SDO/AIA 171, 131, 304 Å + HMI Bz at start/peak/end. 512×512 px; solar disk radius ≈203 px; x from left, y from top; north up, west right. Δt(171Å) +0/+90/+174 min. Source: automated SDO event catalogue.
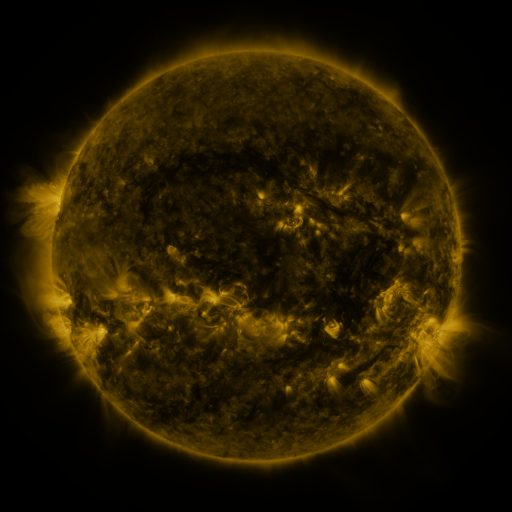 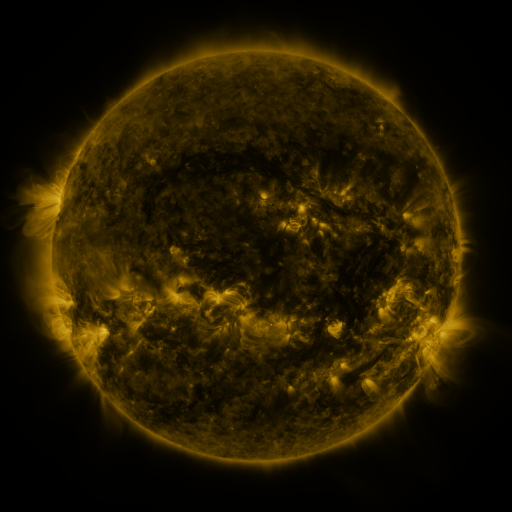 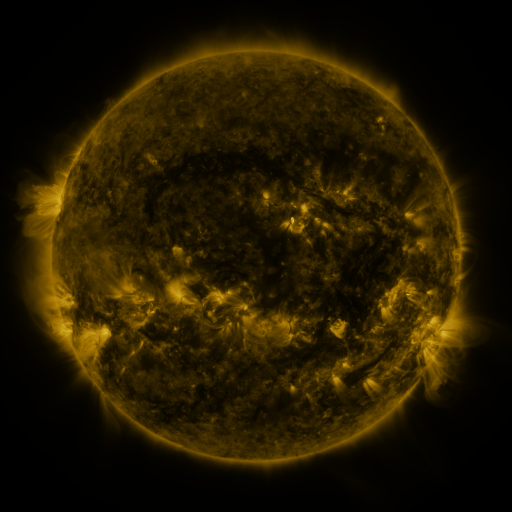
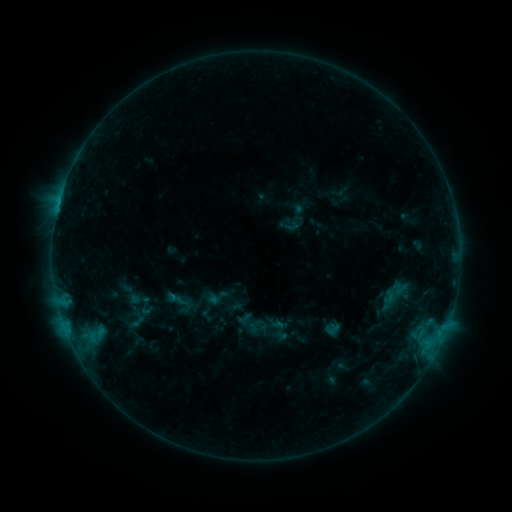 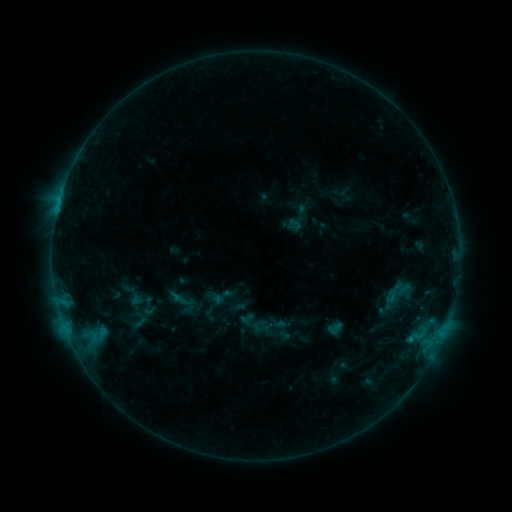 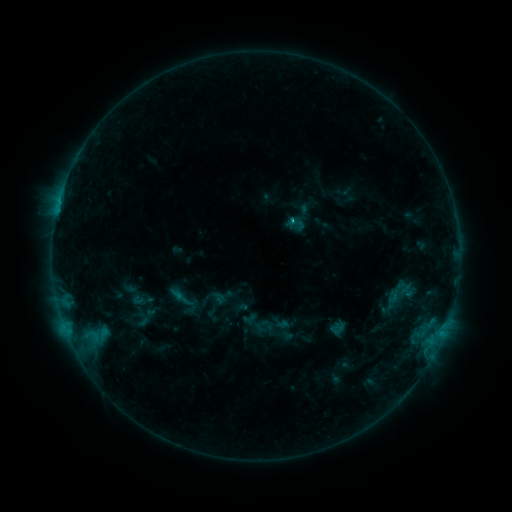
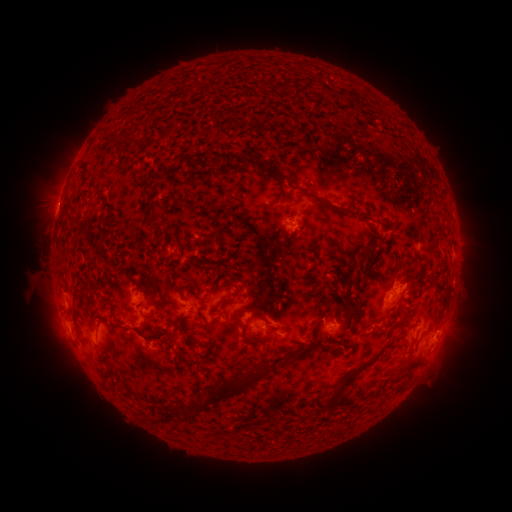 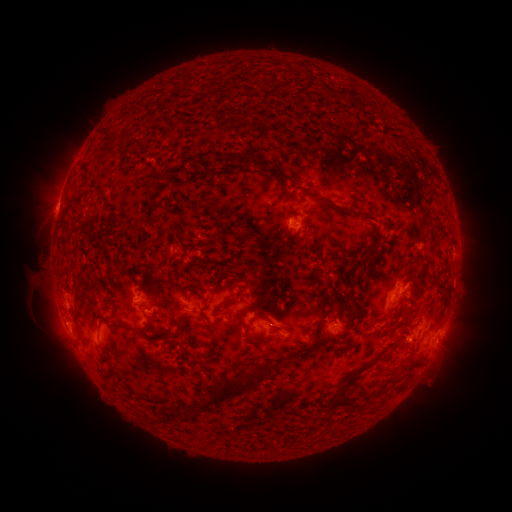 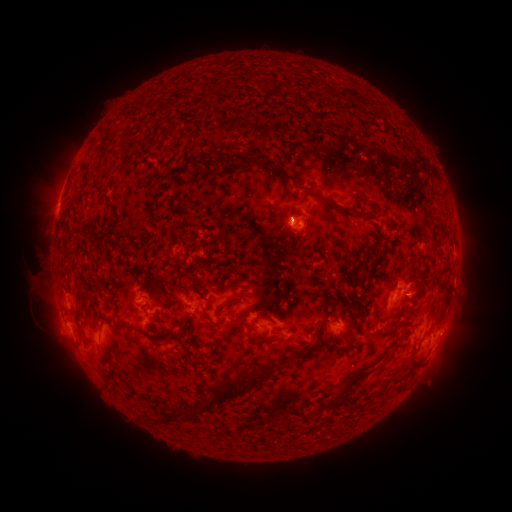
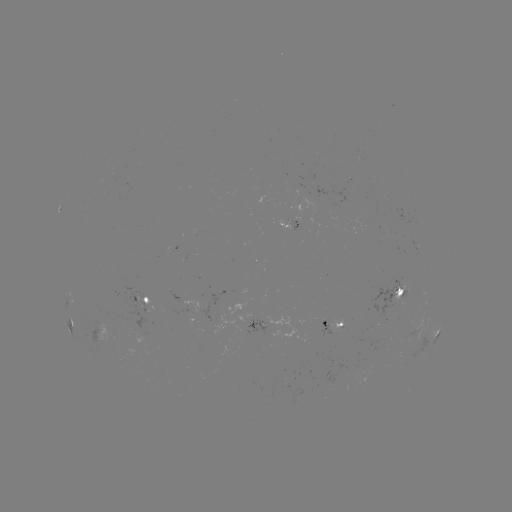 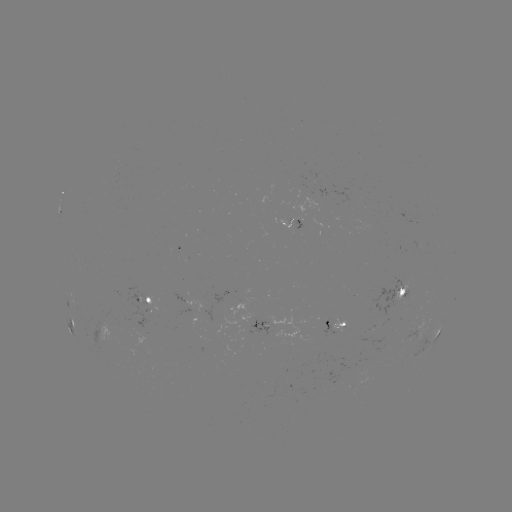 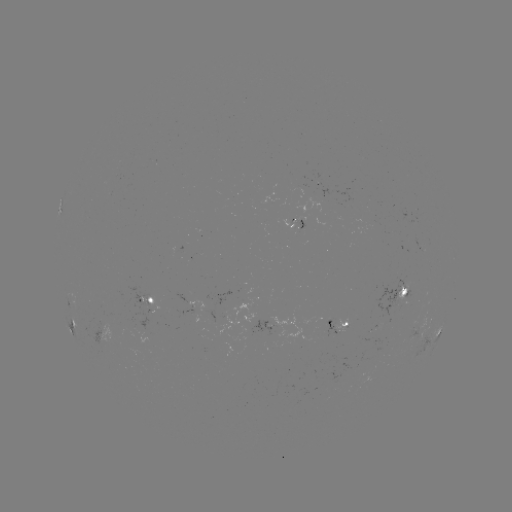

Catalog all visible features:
filament eruption: (429, 367)
